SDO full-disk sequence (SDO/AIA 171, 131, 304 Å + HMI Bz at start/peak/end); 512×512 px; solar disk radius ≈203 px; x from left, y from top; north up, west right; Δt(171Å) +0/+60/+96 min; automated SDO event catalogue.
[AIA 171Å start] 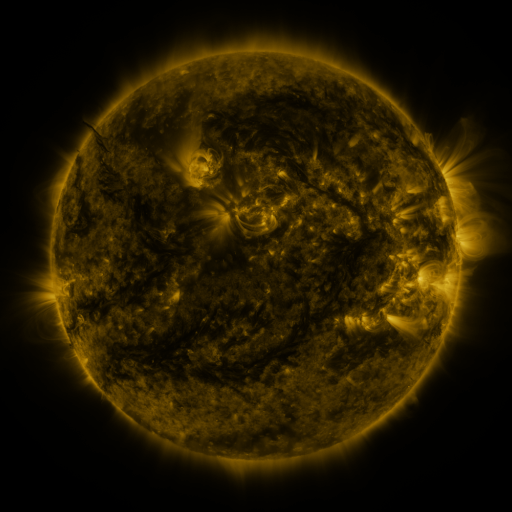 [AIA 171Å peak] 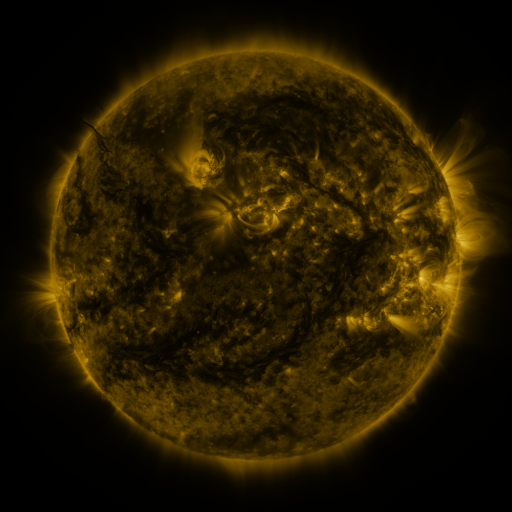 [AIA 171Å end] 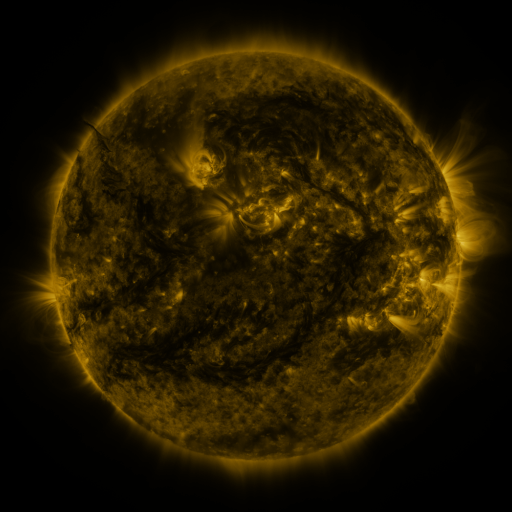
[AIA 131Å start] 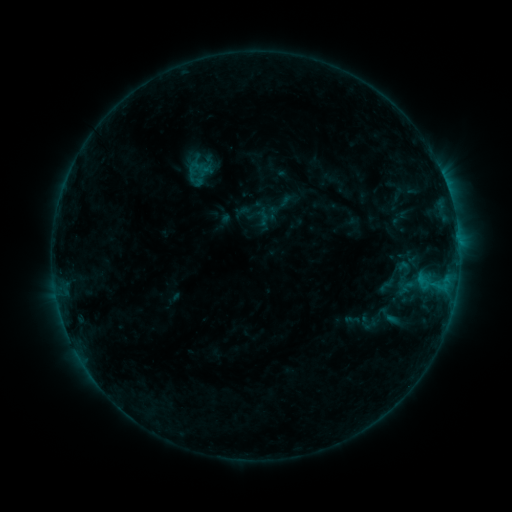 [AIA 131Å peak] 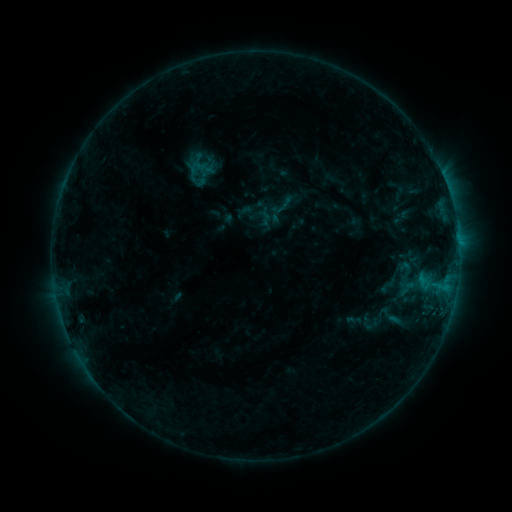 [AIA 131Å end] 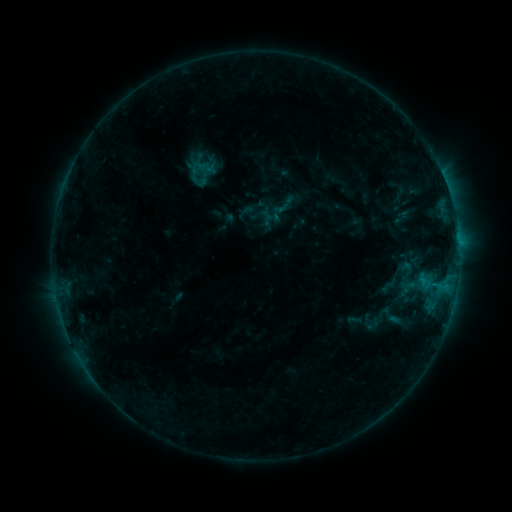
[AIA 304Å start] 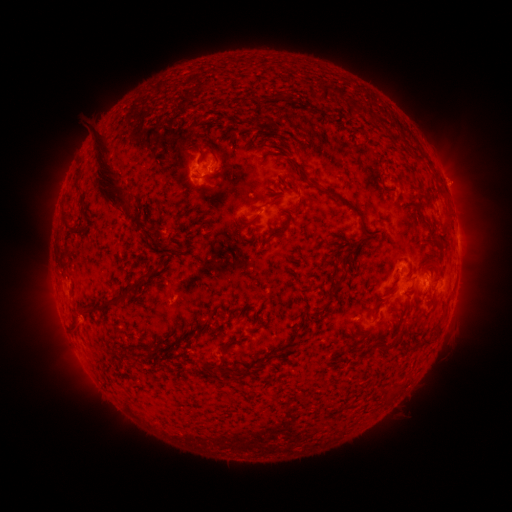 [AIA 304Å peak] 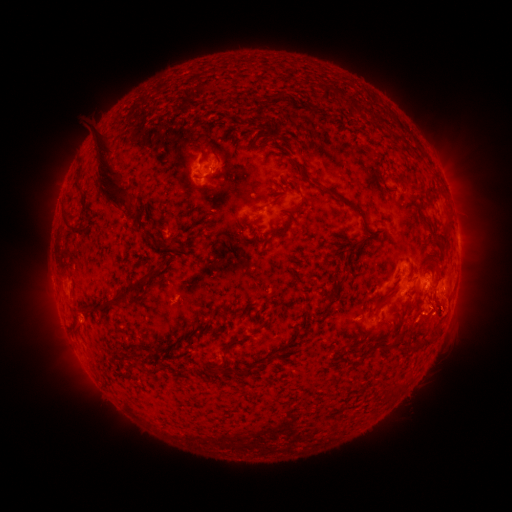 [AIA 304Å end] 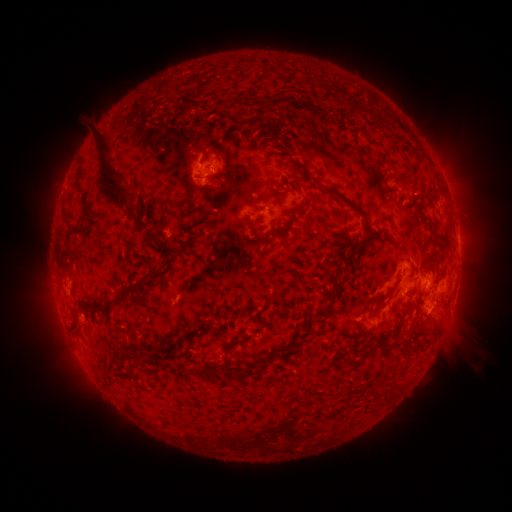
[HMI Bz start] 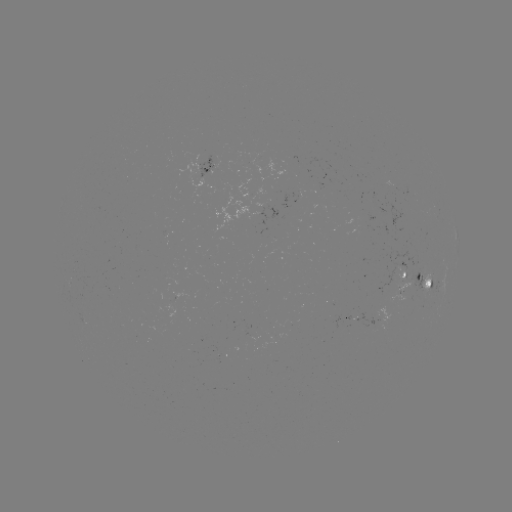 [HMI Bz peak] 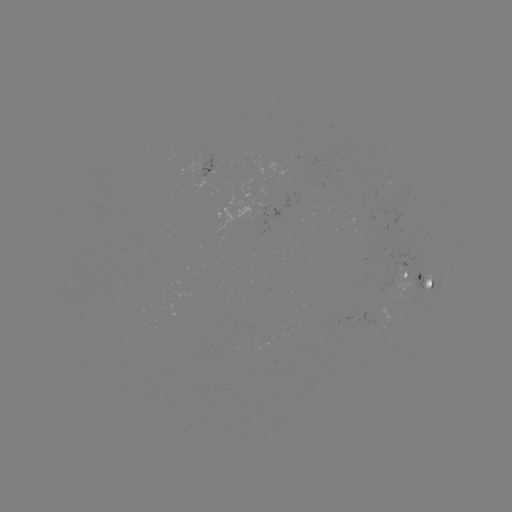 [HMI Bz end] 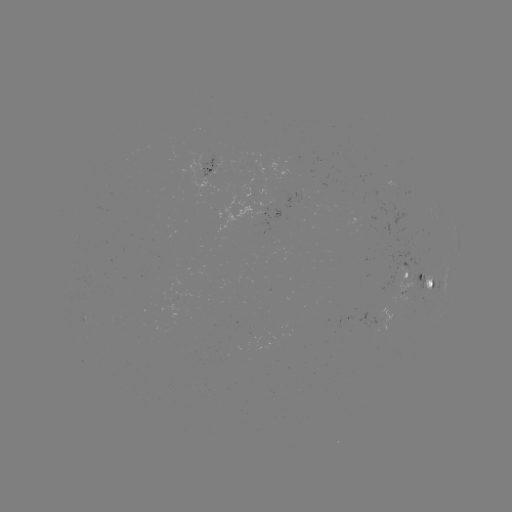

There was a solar emerging-flux region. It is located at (425, 287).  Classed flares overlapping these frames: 1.